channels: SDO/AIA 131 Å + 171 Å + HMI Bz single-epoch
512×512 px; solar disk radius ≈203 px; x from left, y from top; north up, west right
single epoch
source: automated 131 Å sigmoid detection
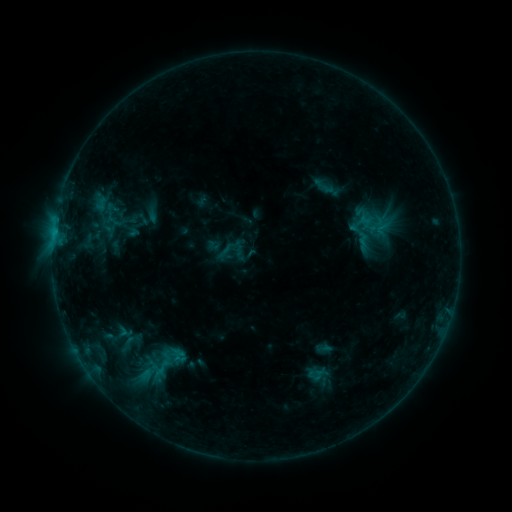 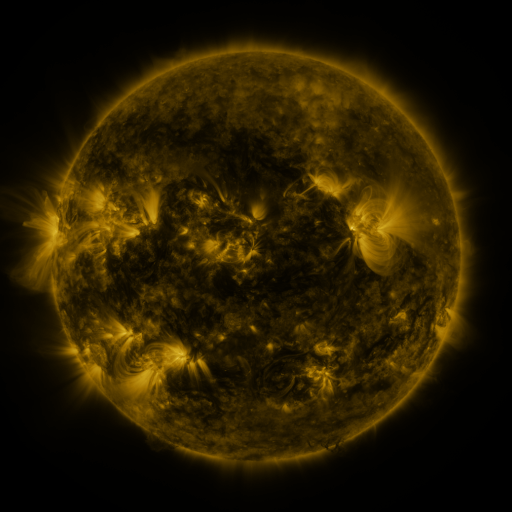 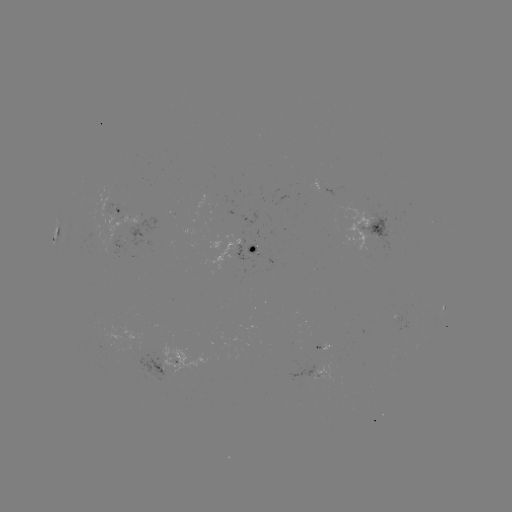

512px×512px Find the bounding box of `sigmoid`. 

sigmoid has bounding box [372, 220, 392, 236].